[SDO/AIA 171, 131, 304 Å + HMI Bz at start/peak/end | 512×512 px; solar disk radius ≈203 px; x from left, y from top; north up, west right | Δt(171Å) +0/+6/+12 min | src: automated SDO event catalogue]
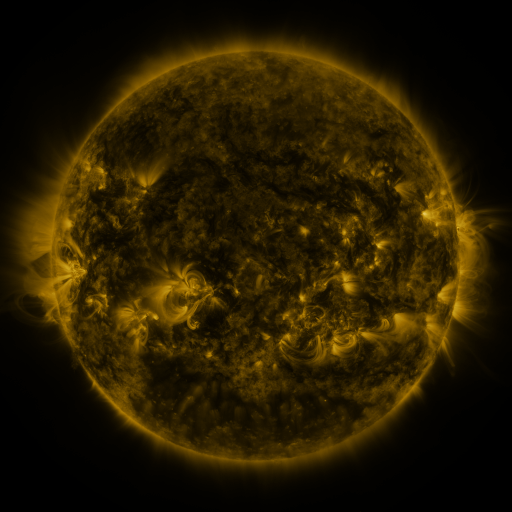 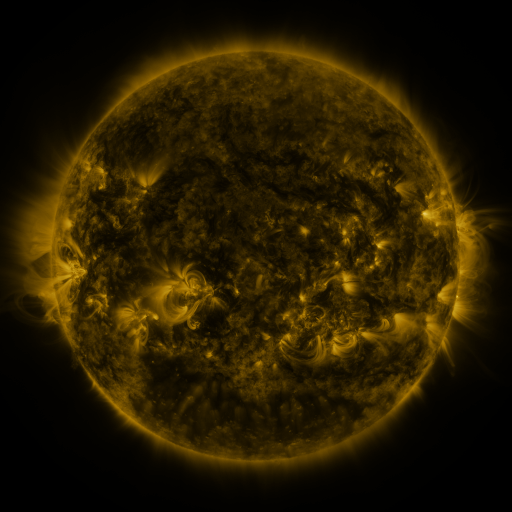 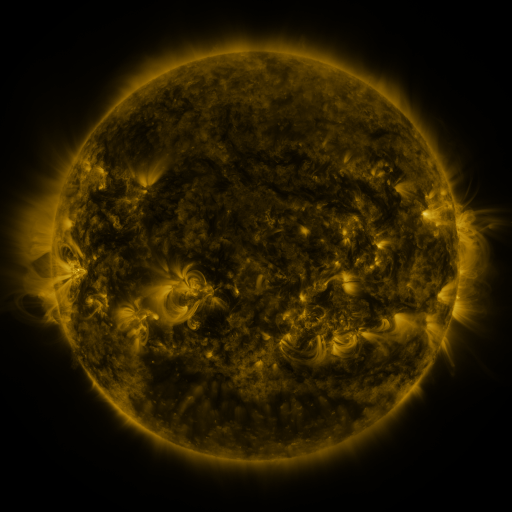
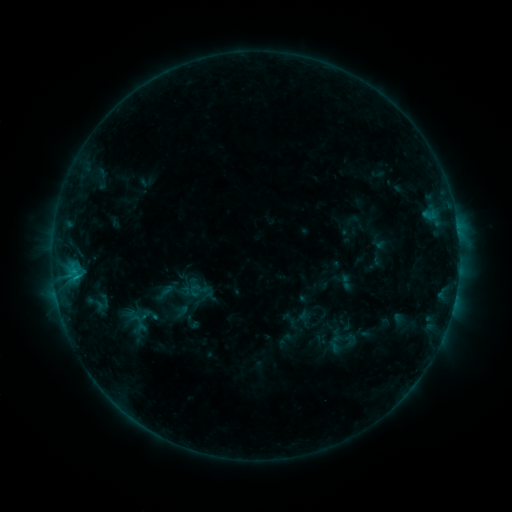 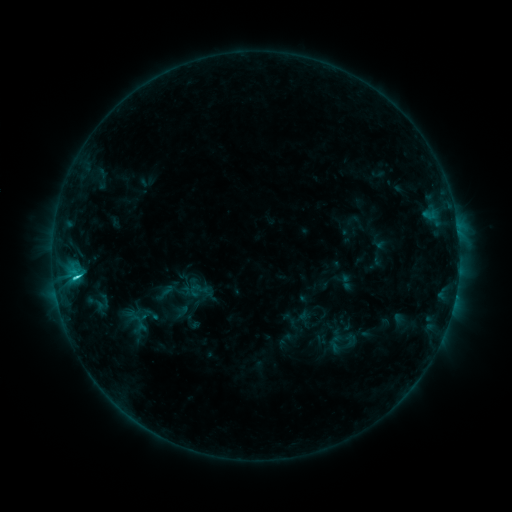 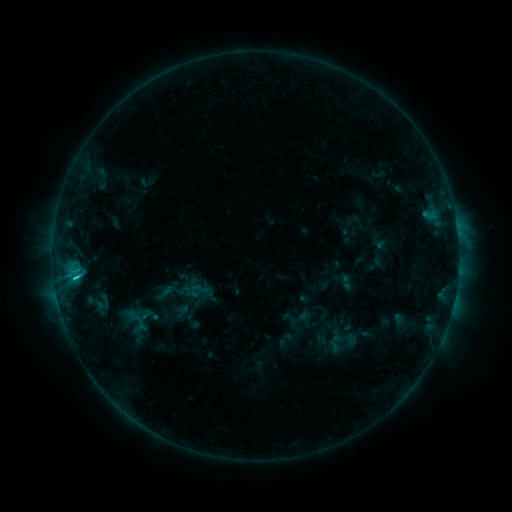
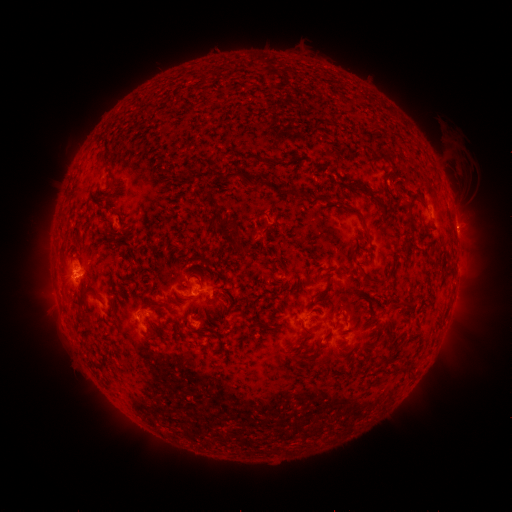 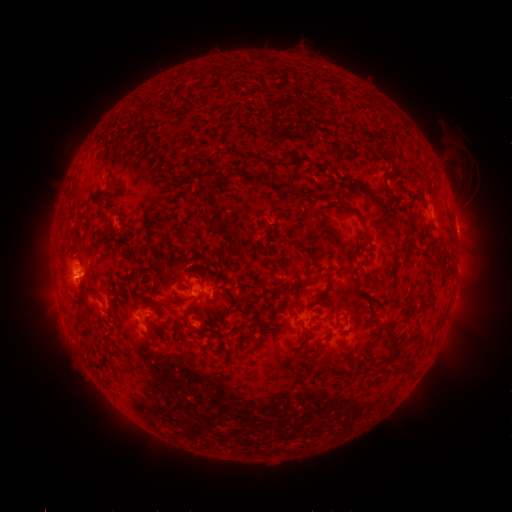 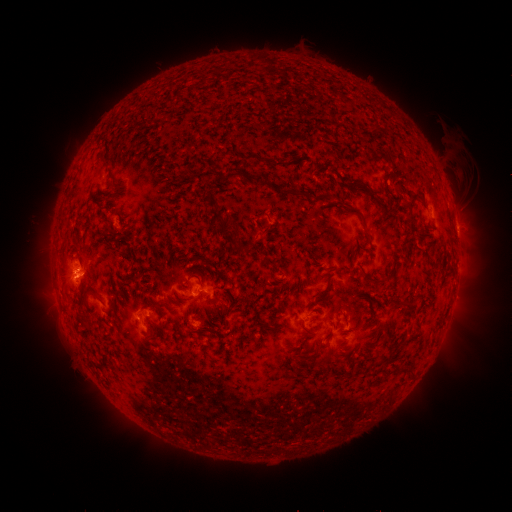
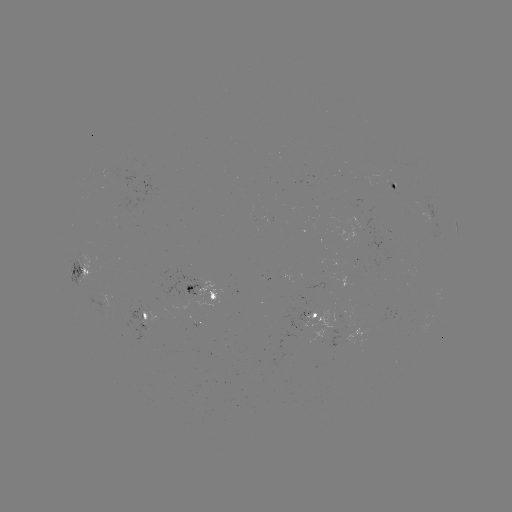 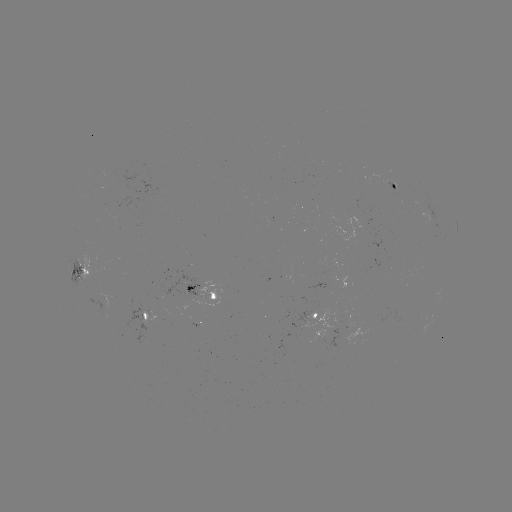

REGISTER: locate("C1.7 flare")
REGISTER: [79, 275]